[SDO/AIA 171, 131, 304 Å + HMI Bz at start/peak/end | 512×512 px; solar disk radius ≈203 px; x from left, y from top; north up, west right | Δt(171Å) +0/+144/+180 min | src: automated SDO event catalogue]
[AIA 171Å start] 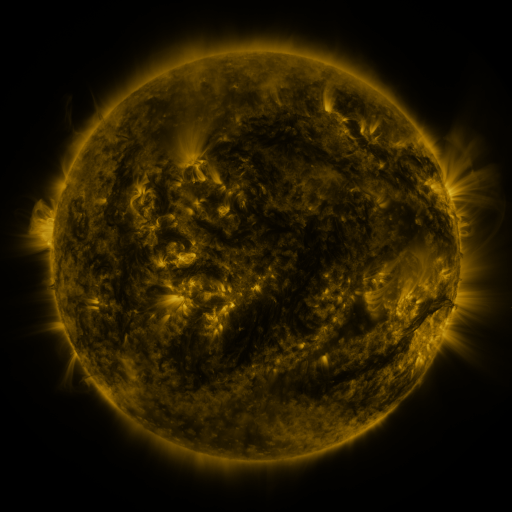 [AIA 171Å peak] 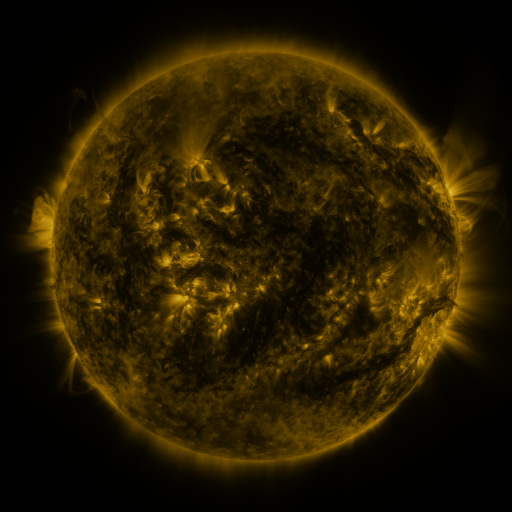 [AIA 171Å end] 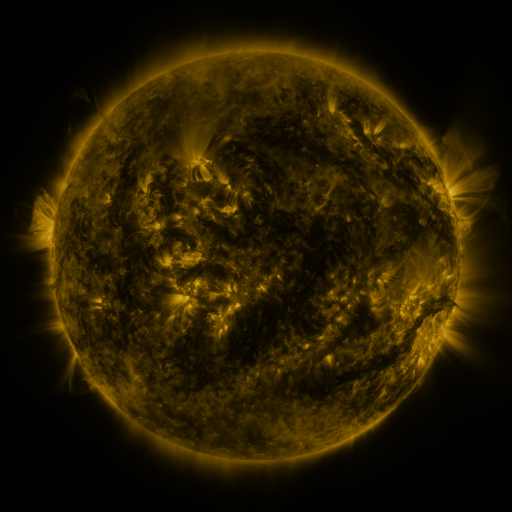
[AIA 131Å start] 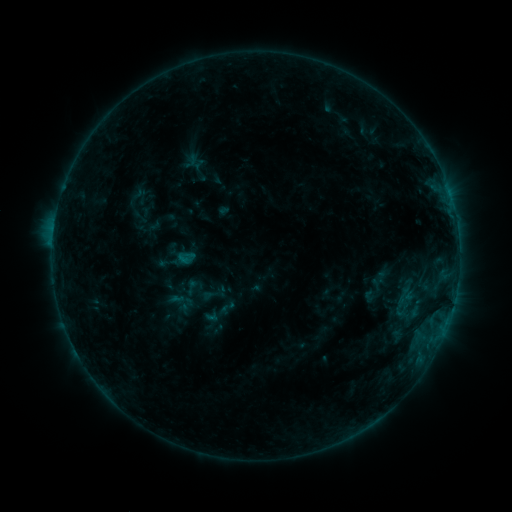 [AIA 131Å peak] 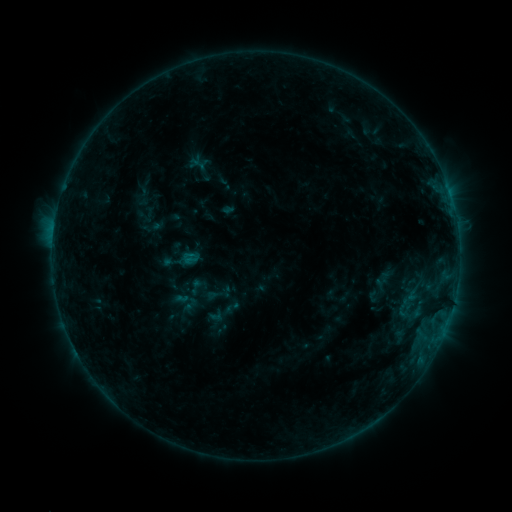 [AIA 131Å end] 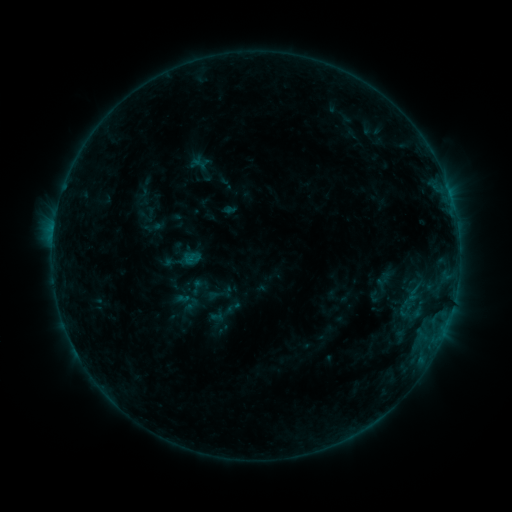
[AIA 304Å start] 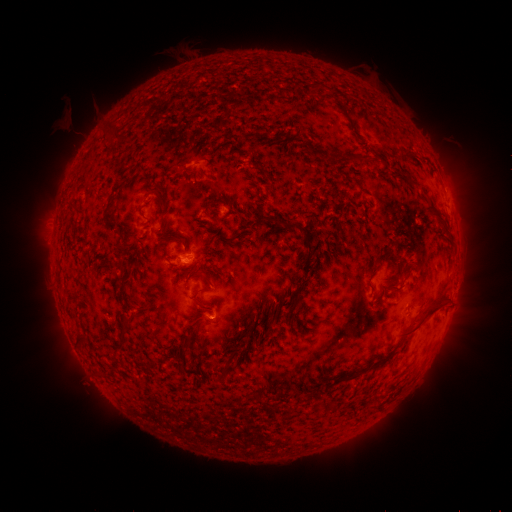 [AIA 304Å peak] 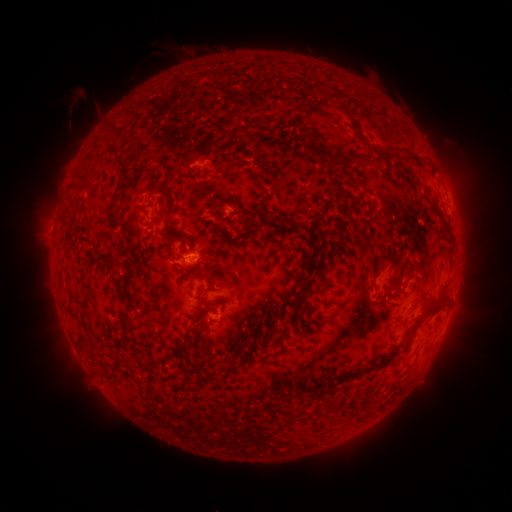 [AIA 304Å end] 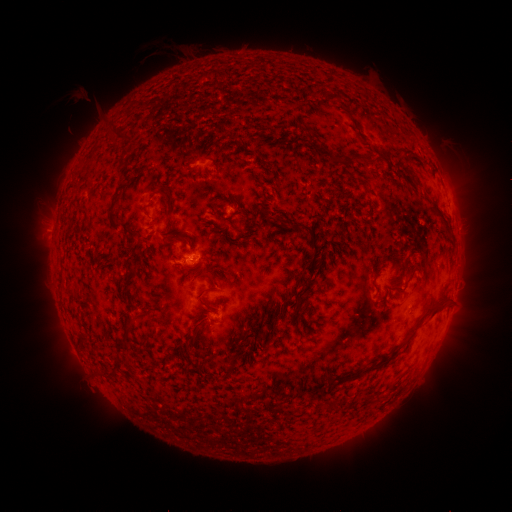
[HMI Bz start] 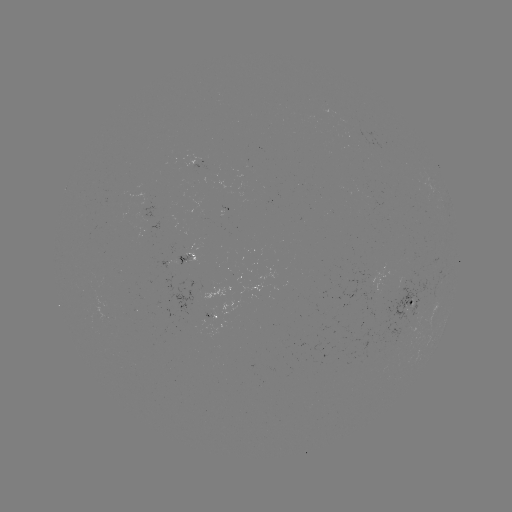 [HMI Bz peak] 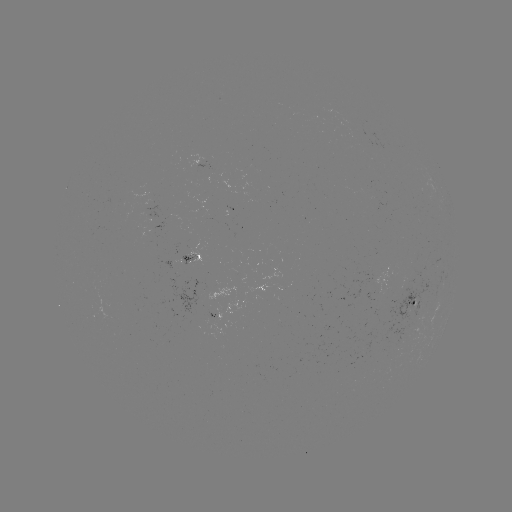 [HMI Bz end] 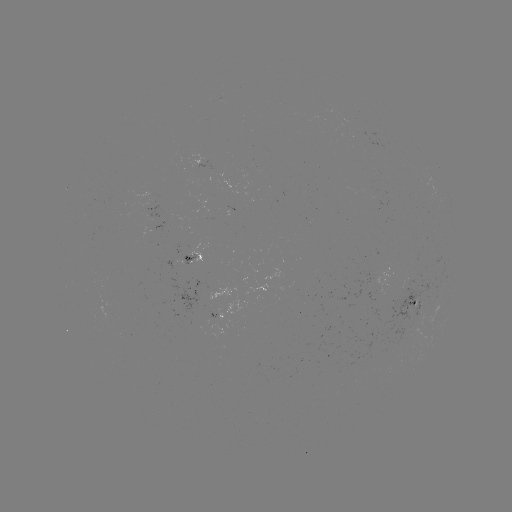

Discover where emerging-flux region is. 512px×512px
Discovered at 148,200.